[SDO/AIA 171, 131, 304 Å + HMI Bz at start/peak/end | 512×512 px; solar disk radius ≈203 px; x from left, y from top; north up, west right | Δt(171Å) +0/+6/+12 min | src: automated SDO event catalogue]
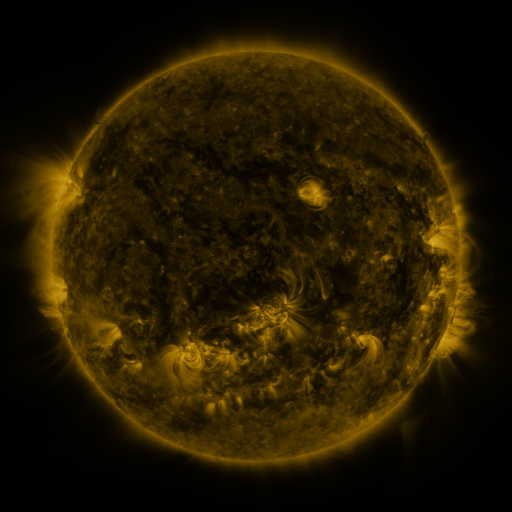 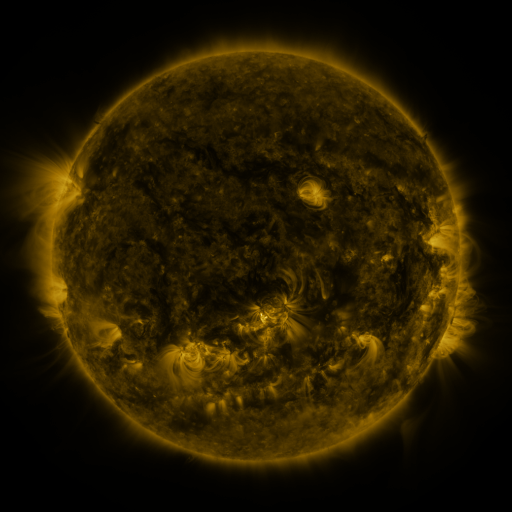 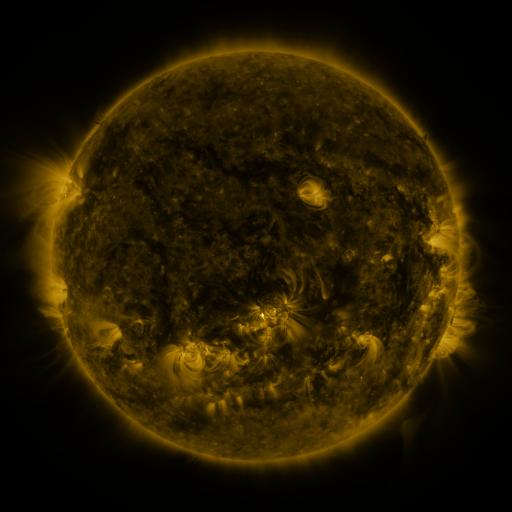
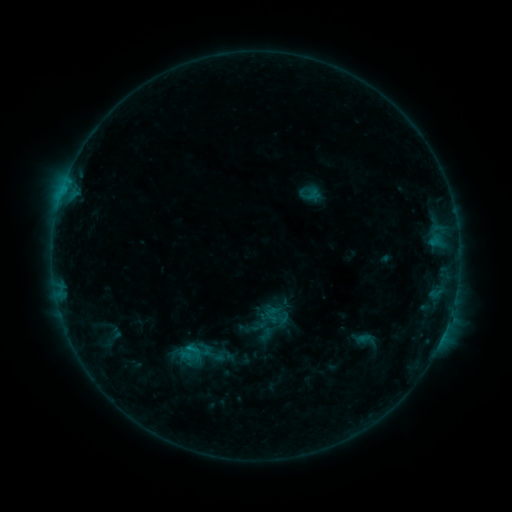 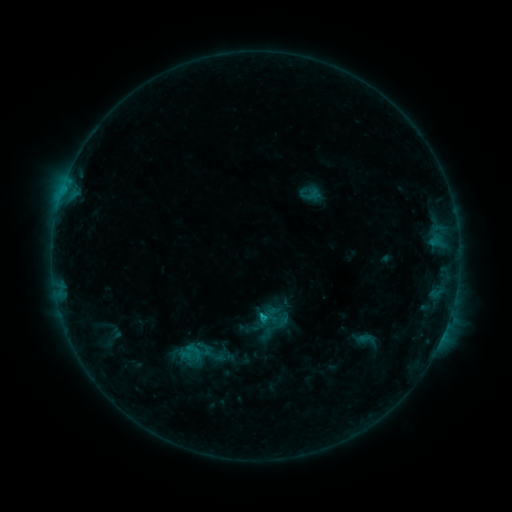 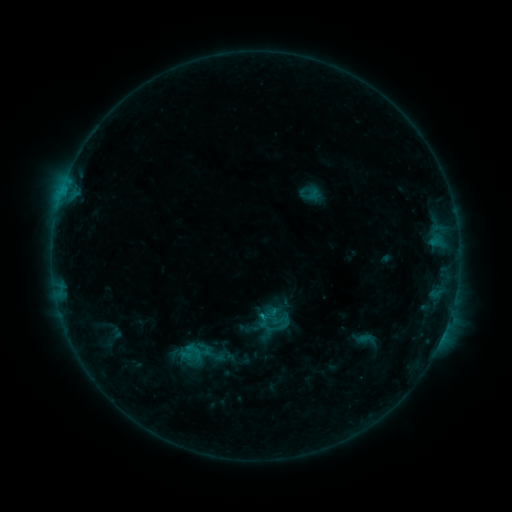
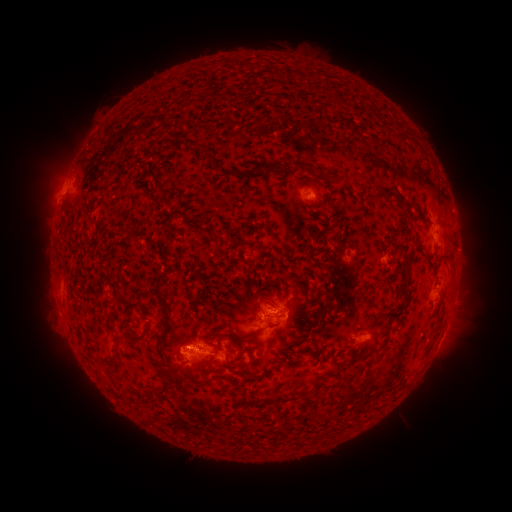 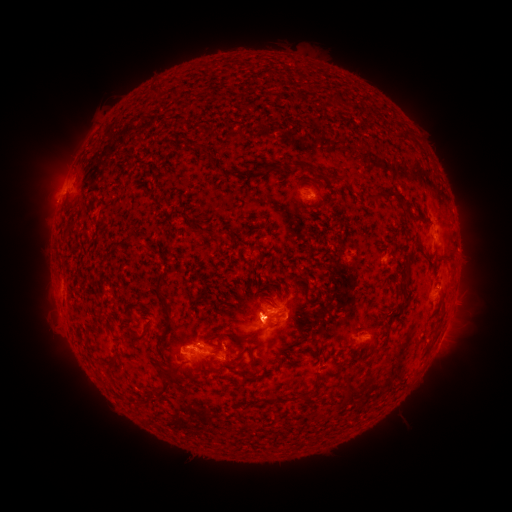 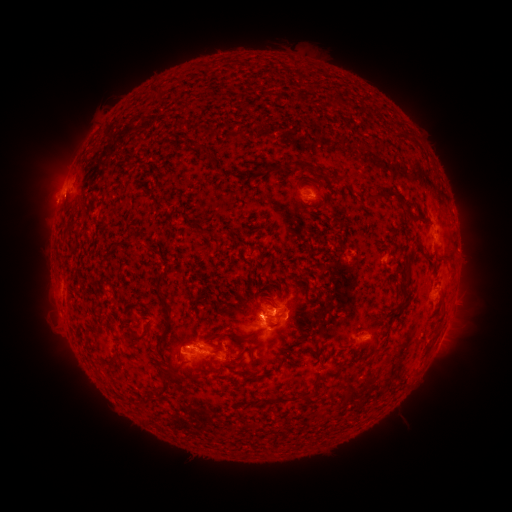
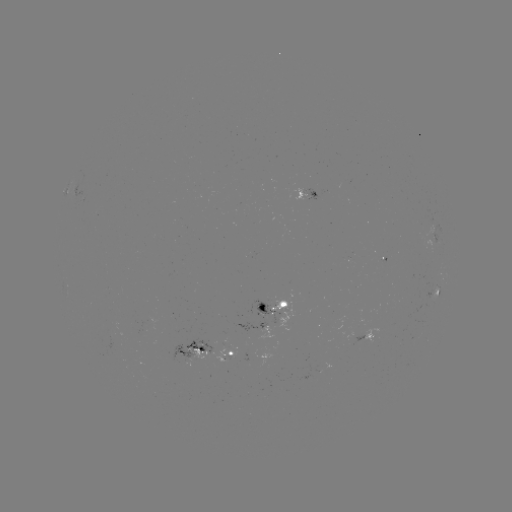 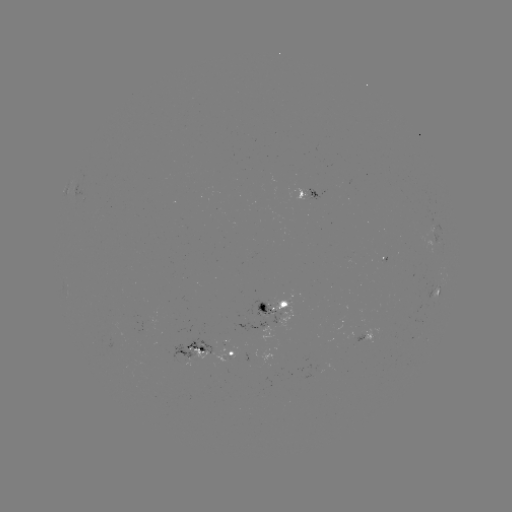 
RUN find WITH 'eruption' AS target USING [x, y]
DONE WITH [262, 318] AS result